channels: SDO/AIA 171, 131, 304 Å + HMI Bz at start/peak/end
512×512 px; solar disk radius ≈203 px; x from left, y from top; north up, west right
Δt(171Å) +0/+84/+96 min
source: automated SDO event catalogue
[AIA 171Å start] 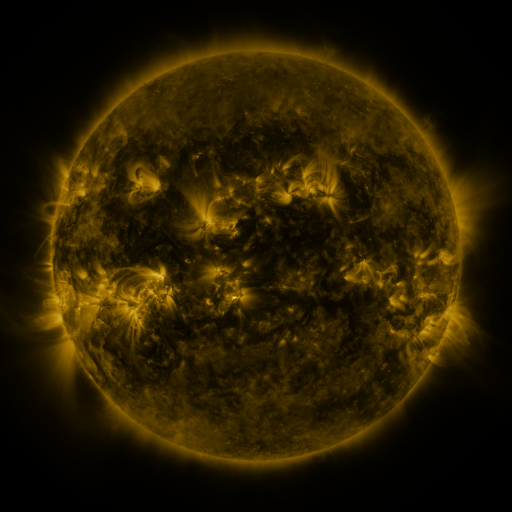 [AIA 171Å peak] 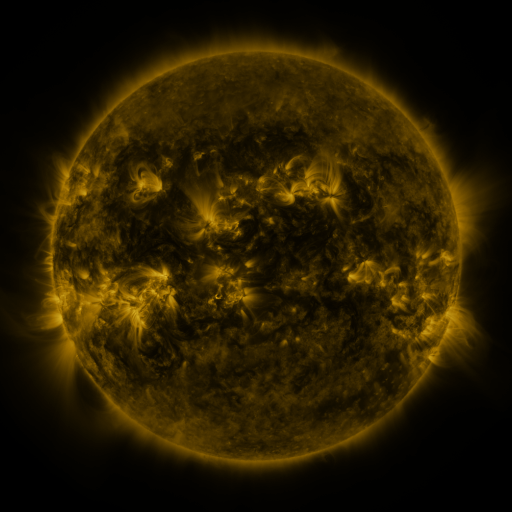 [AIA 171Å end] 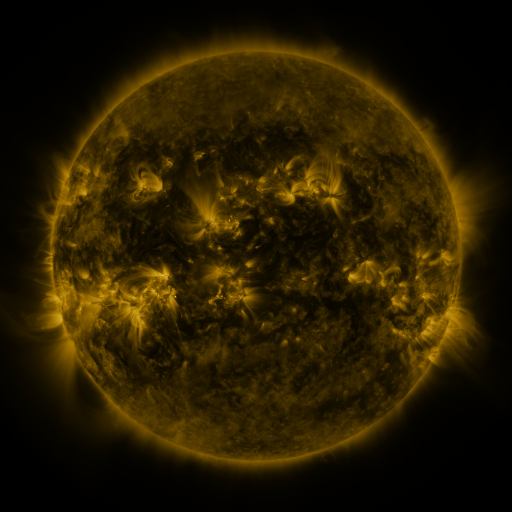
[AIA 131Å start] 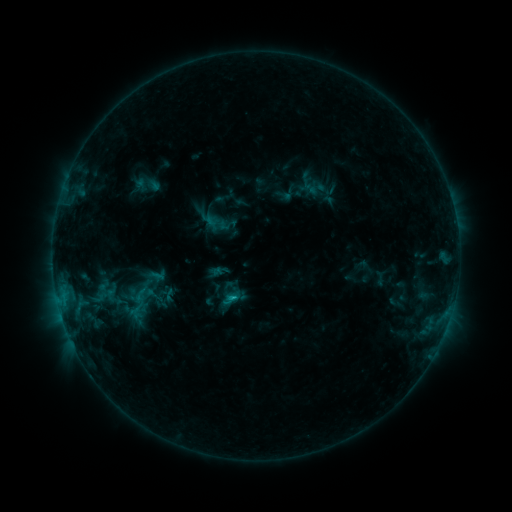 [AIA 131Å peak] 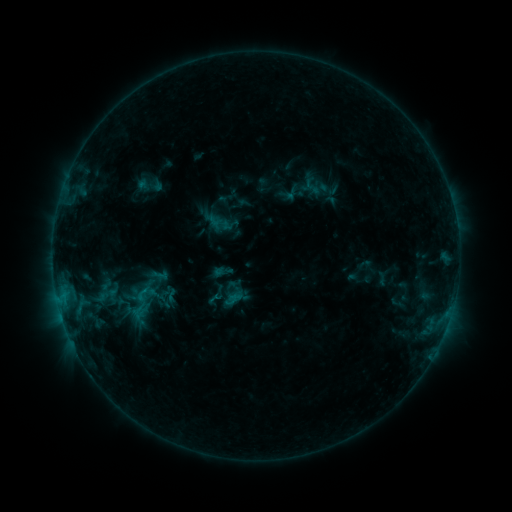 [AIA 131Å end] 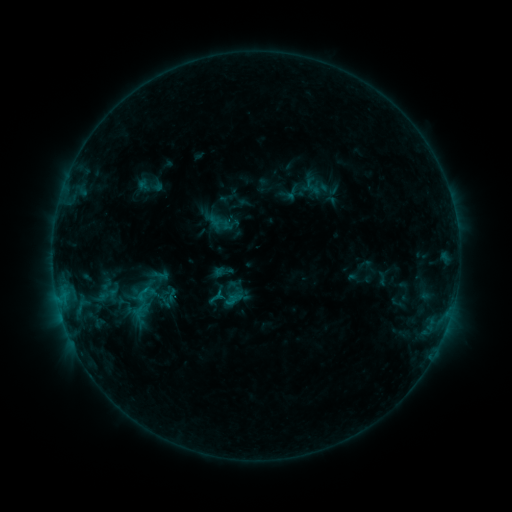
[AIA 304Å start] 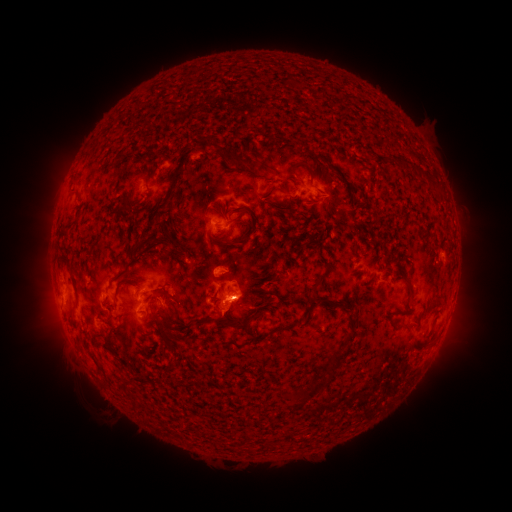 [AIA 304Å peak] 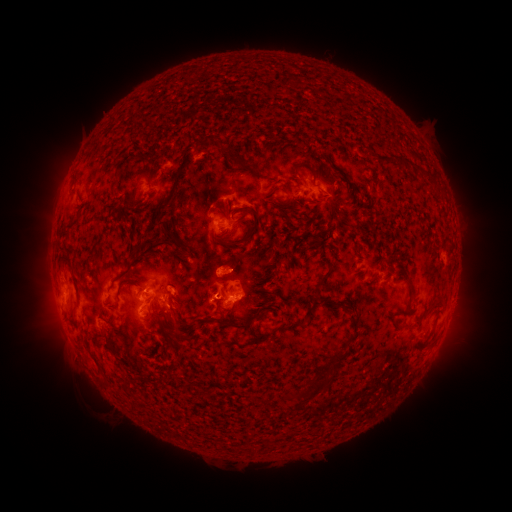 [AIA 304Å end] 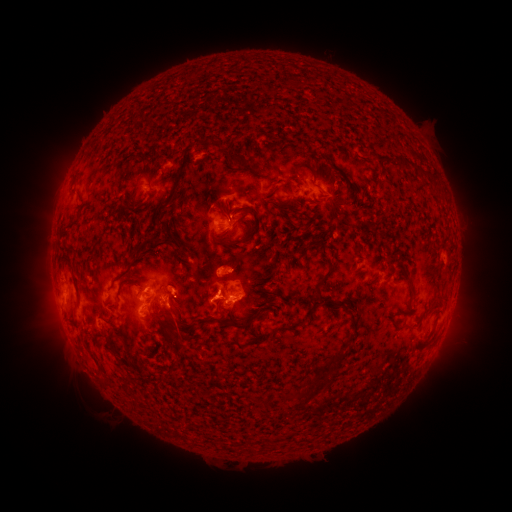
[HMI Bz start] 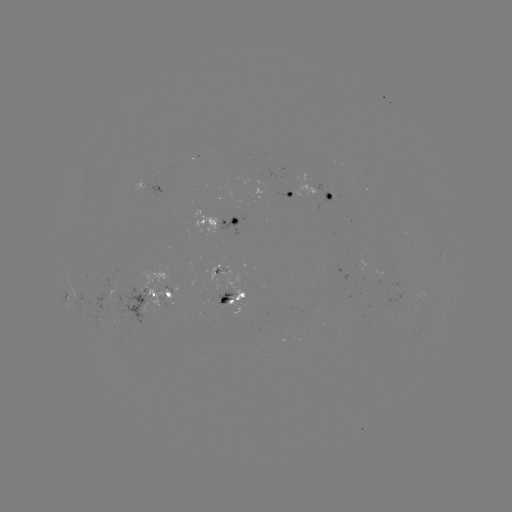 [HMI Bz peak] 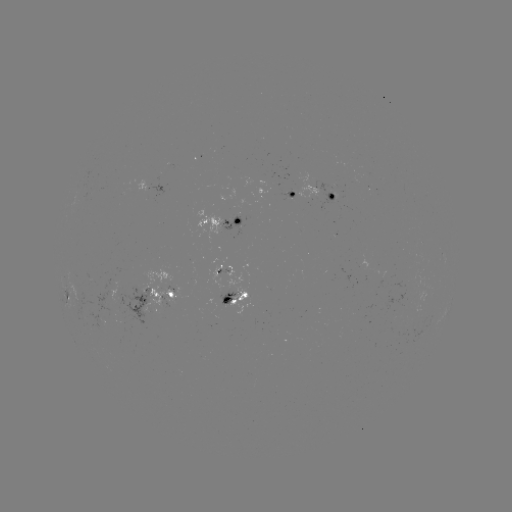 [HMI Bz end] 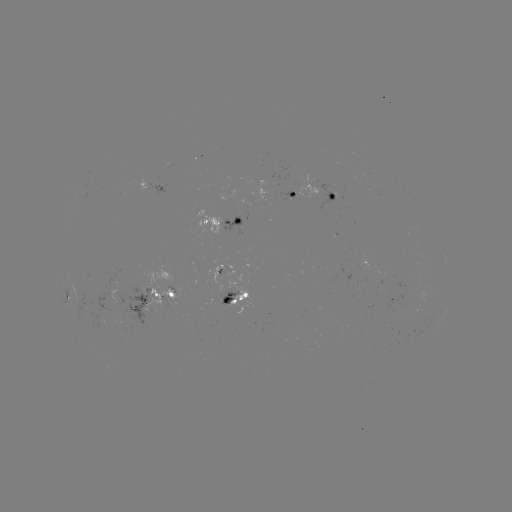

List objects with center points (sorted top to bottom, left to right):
emerging-flux region: (219, 305)
